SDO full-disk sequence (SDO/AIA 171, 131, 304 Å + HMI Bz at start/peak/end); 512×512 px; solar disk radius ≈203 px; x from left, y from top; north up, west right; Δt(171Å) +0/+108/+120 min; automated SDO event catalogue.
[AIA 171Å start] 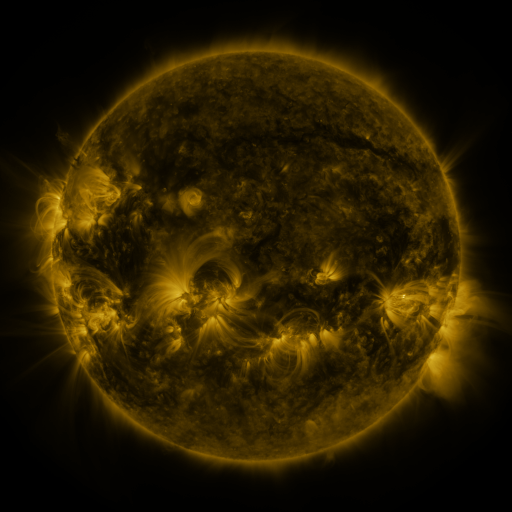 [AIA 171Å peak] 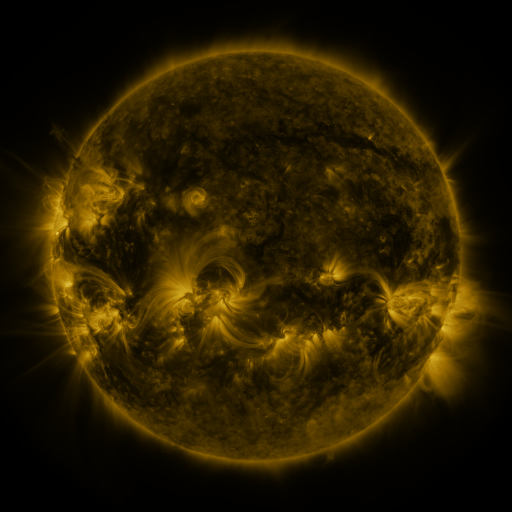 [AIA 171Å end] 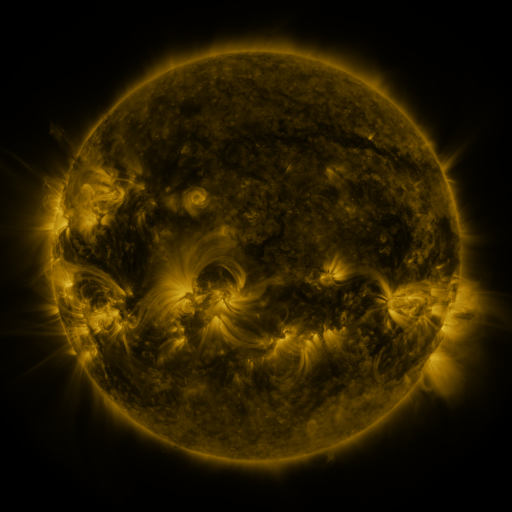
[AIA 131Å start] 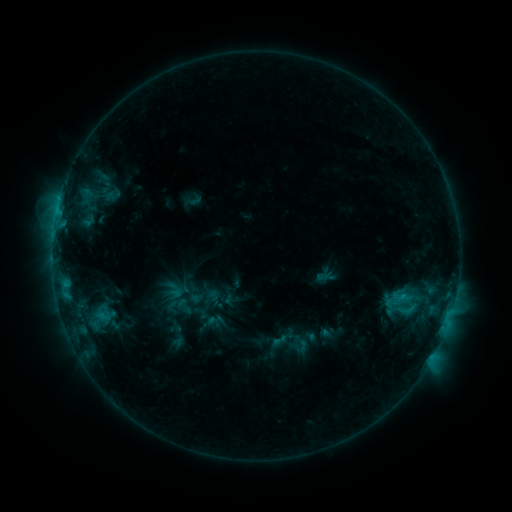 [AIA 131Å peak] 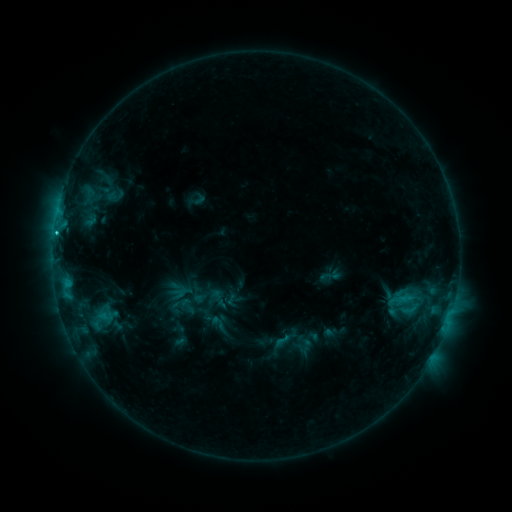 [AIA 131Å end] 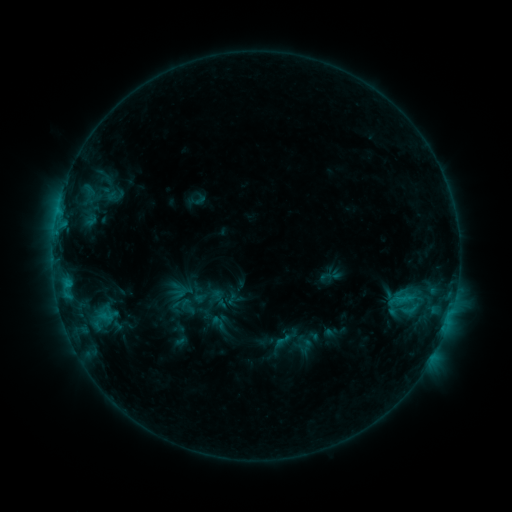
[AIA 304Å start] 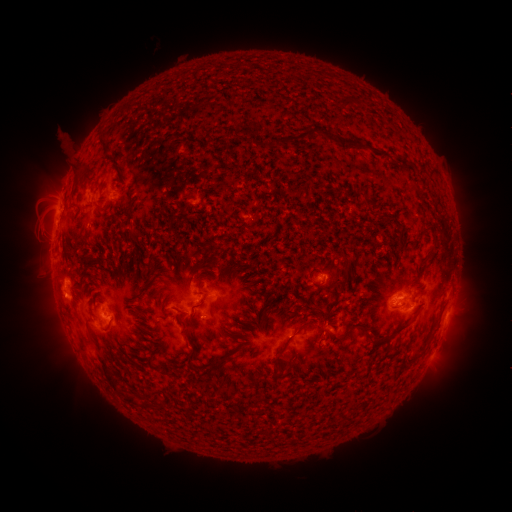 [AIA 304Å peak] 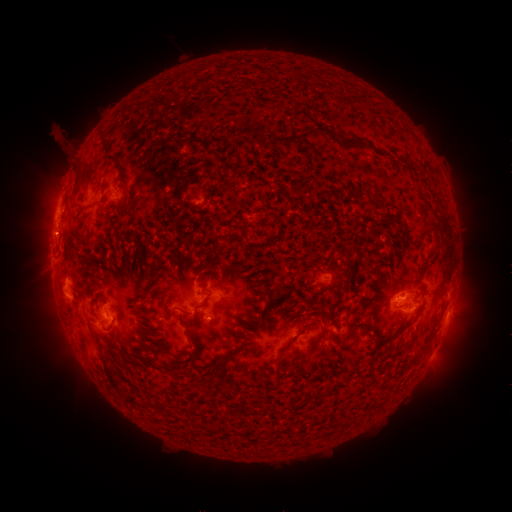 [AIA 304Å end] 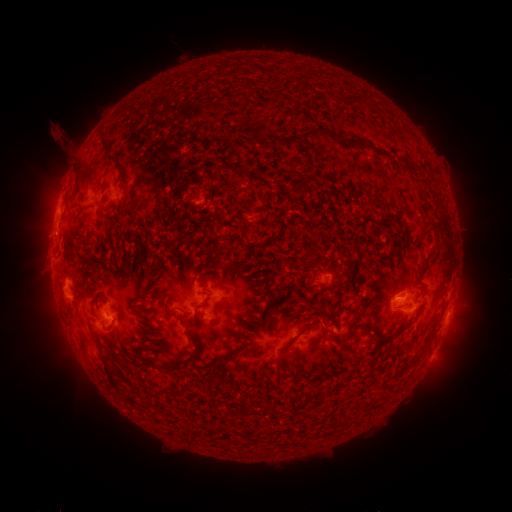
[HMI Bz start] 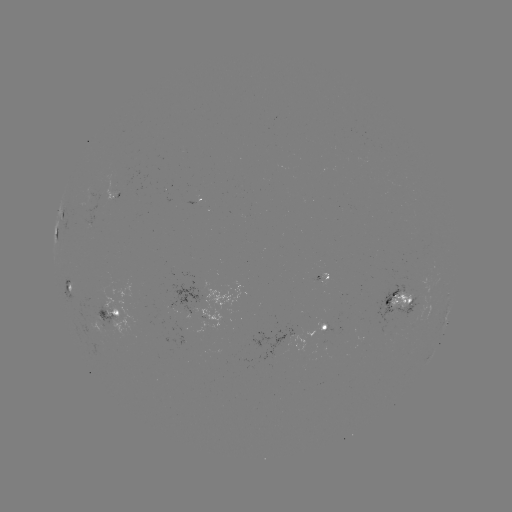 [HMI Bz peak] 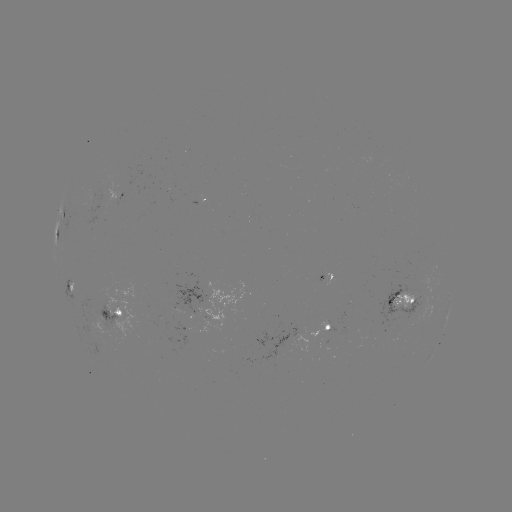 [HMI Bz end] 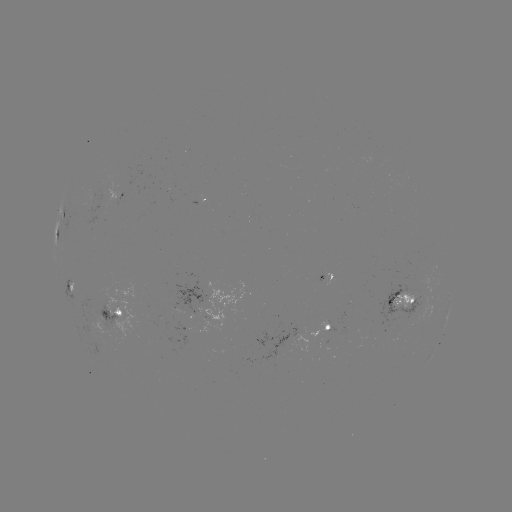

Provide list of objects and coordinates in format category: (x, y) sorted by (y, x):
emerging-flux region: (408, 312)
